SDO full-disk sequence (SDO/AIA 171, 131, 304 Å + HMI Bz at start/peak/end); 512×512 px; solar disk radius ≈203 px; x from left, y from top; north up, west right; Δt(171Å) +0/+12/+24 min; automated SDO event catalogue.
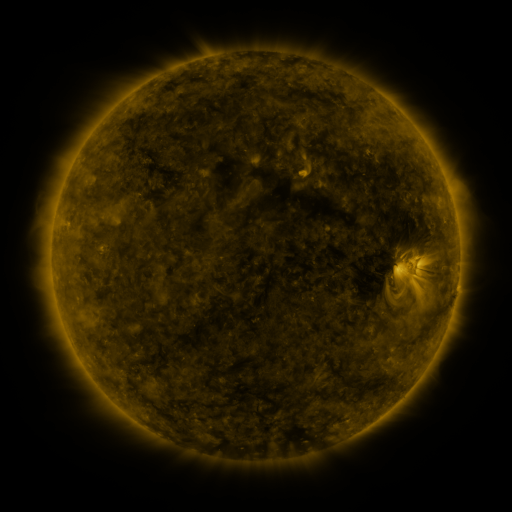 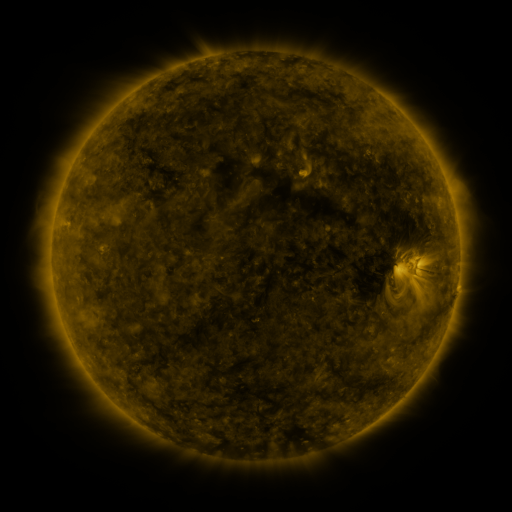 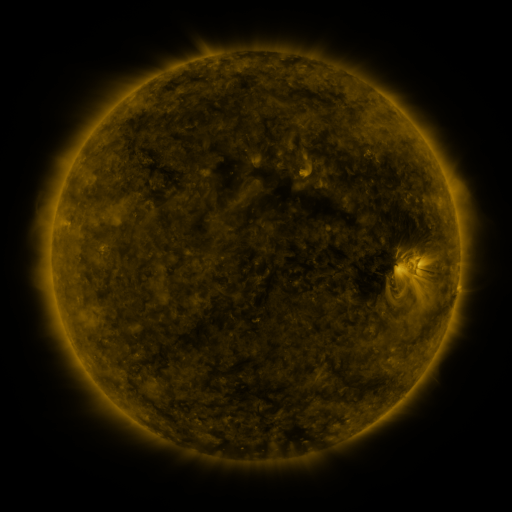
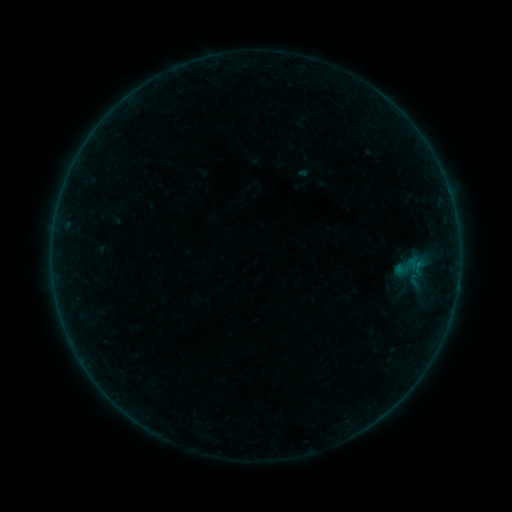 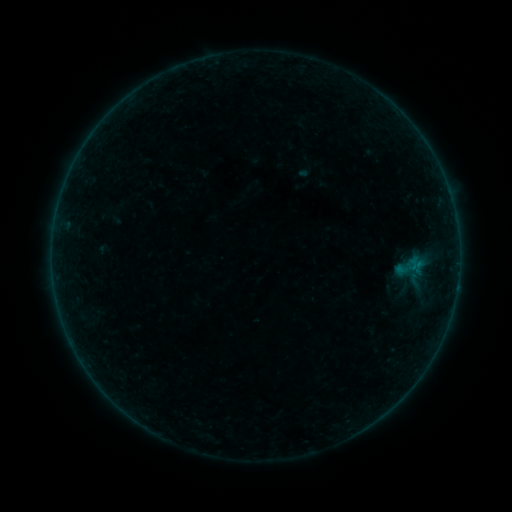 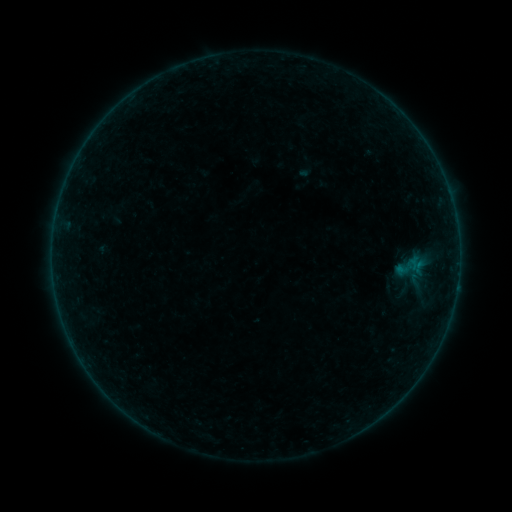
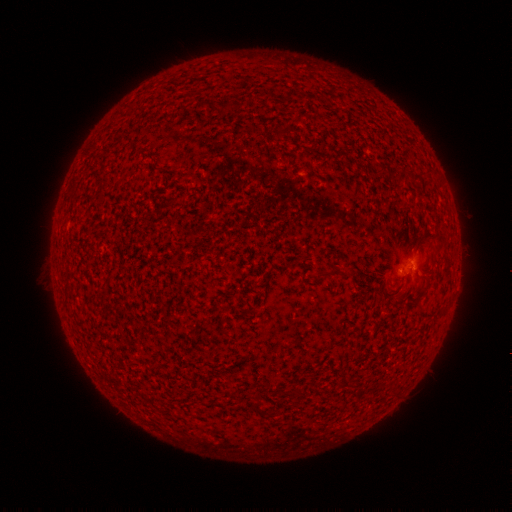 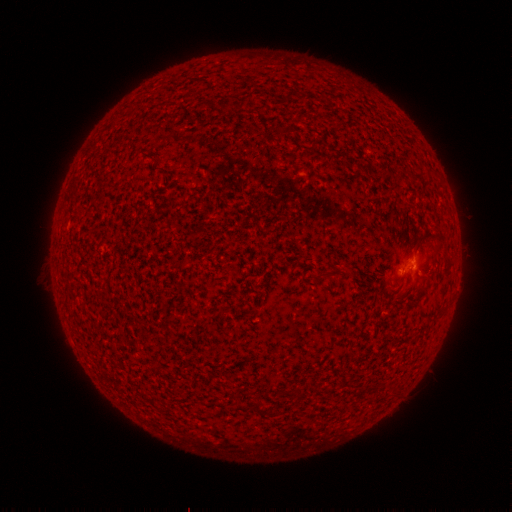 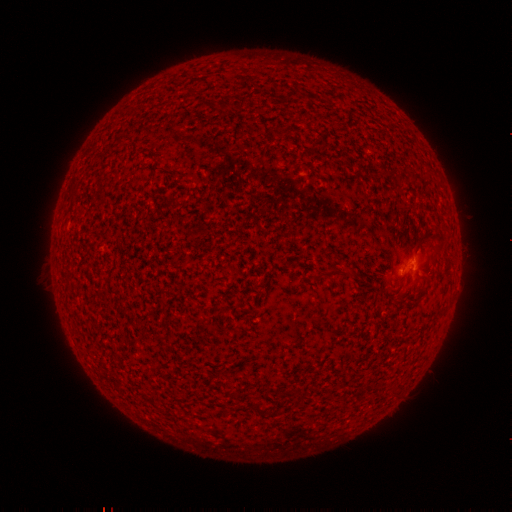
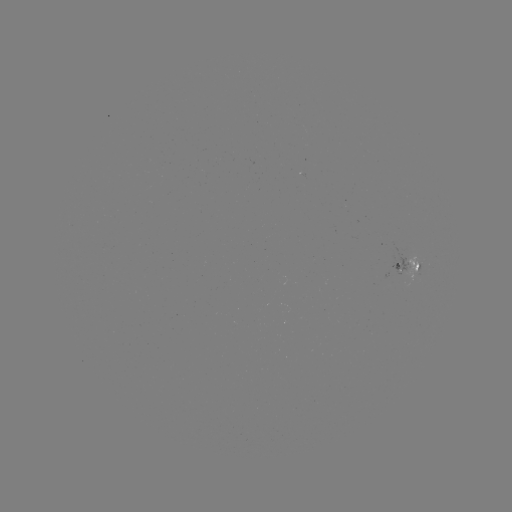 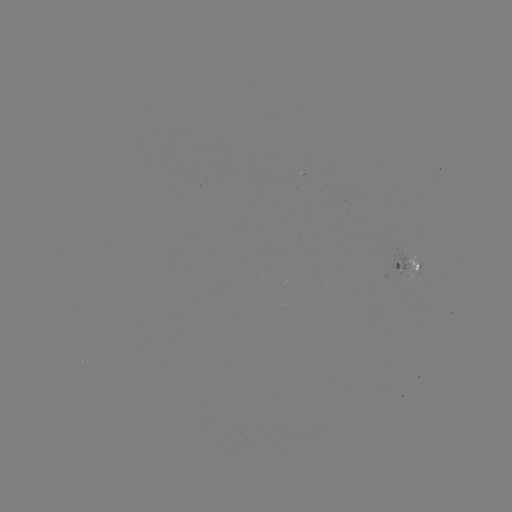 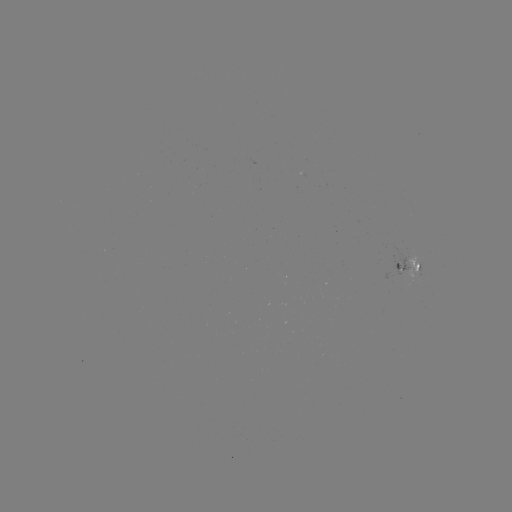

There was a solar flare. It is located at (413, 265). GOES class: B1.4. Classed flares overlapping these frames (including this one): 1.